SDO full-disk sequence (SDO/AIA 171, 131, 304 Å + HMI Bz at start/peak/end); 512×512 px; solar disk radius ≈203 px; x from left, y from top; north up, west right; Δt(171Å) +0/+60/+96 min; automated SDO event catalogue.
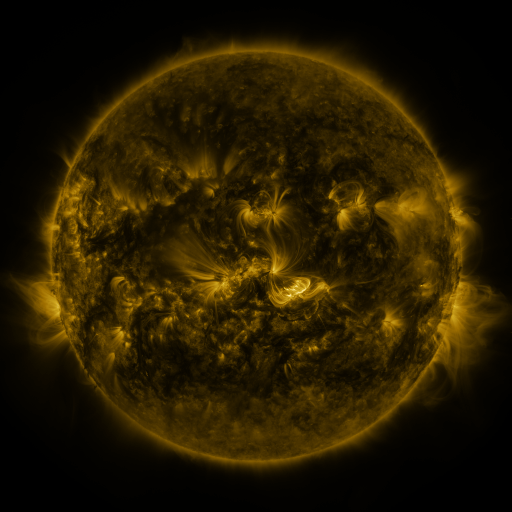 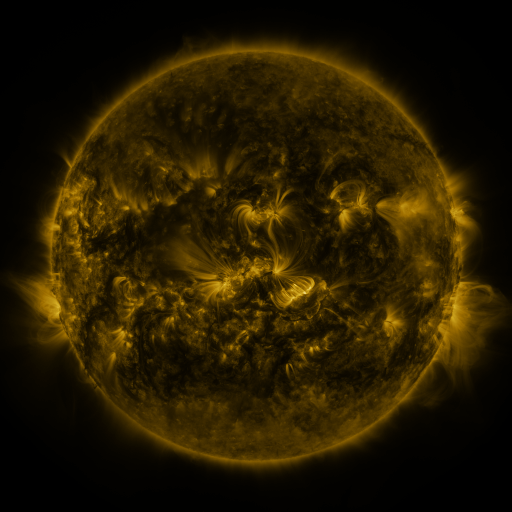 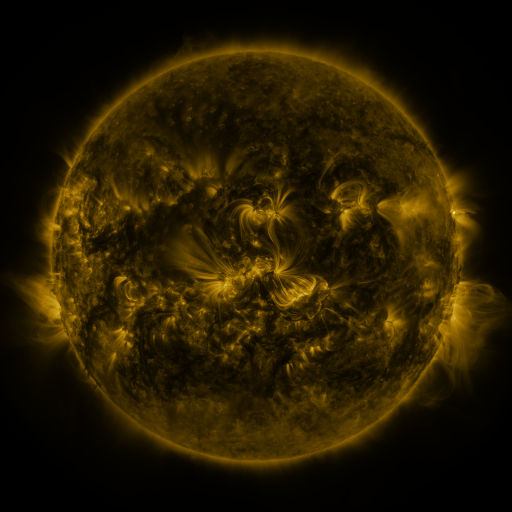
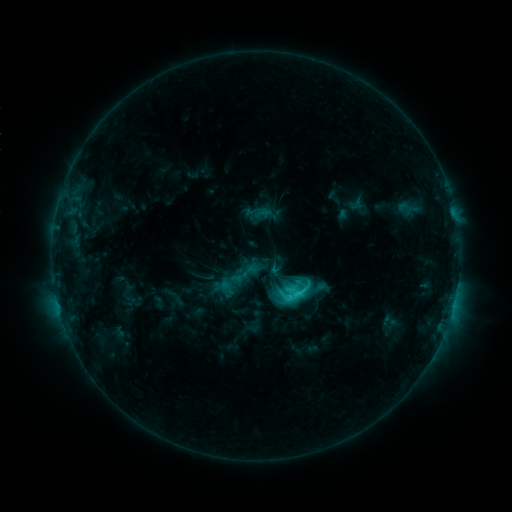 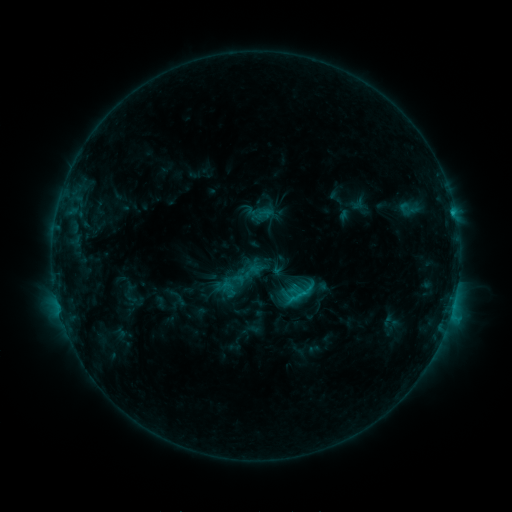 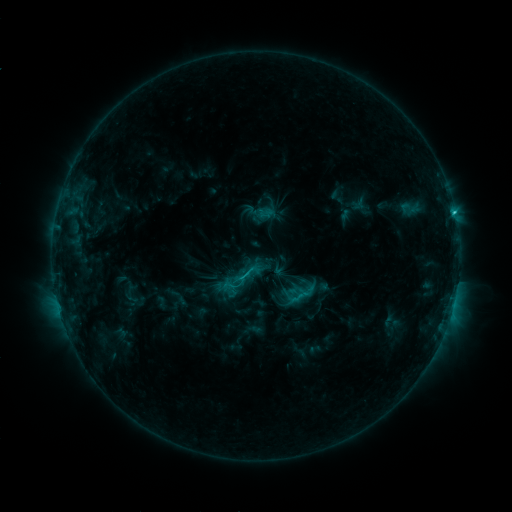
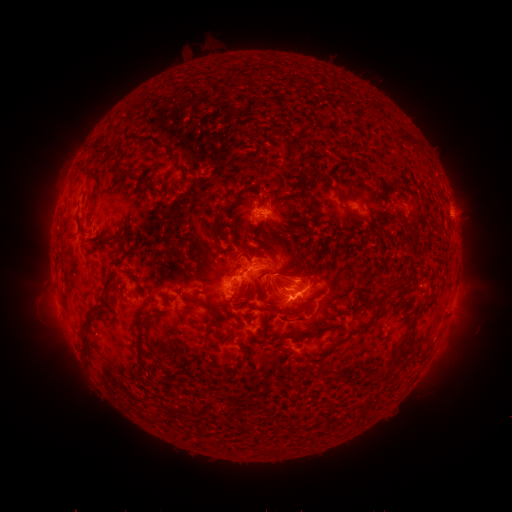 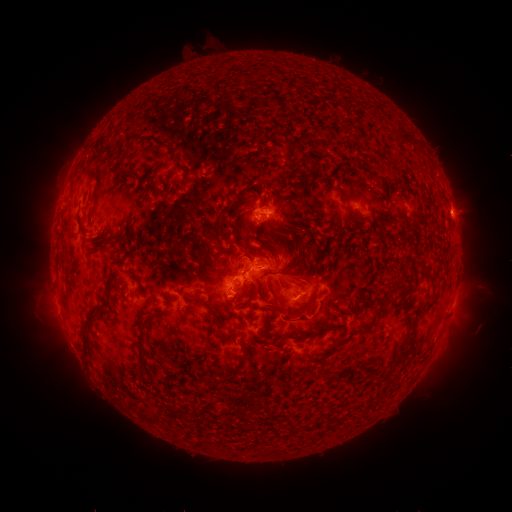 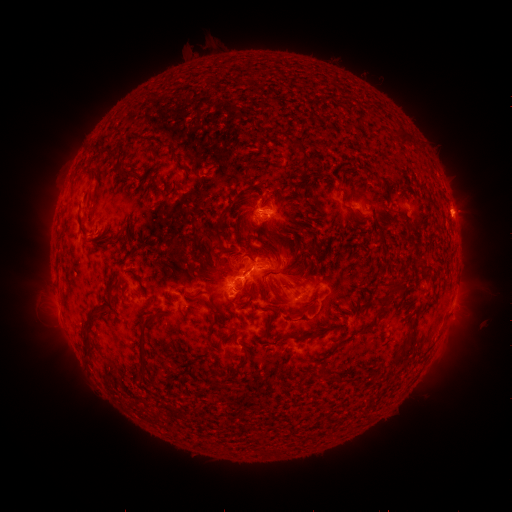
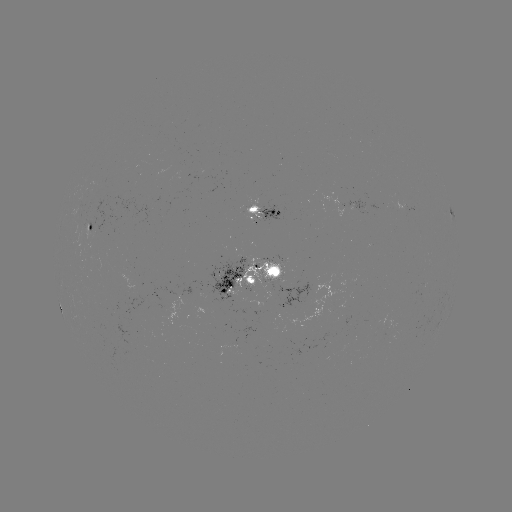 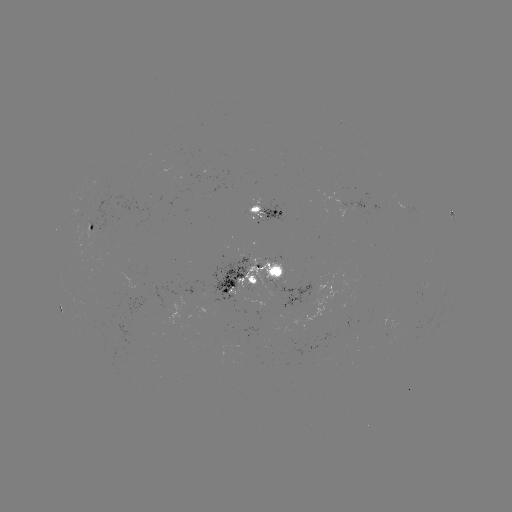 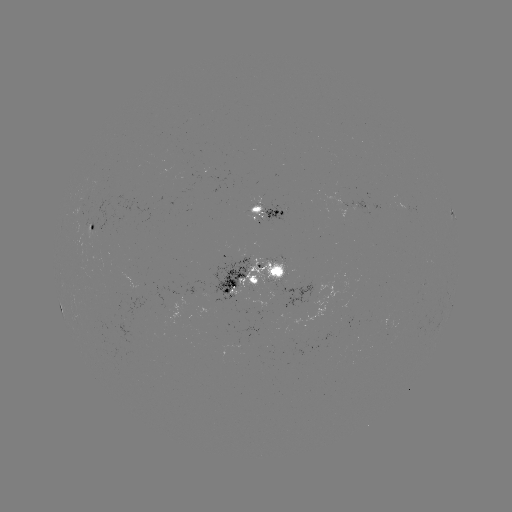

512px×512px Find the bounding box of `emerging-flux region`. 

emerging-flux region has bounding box [218, 341, 238, 358].